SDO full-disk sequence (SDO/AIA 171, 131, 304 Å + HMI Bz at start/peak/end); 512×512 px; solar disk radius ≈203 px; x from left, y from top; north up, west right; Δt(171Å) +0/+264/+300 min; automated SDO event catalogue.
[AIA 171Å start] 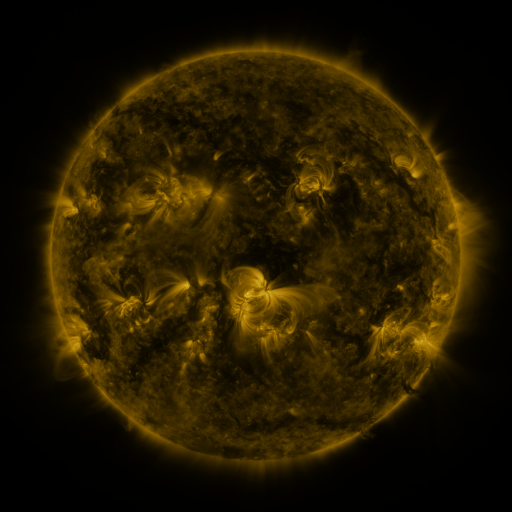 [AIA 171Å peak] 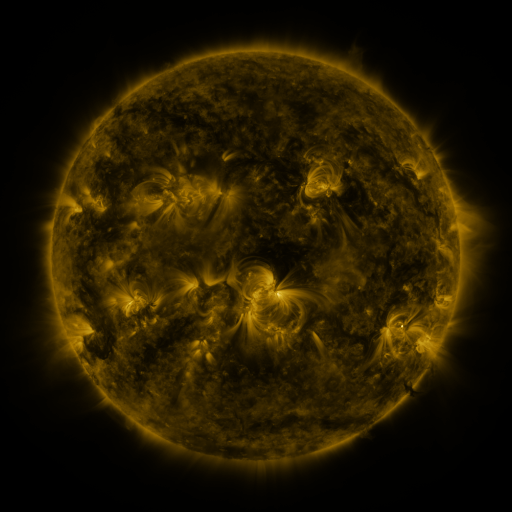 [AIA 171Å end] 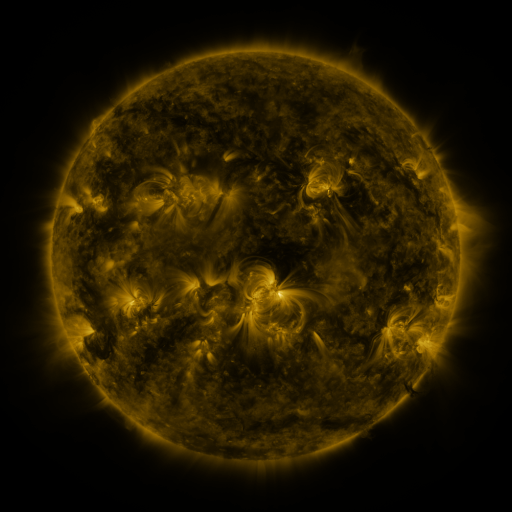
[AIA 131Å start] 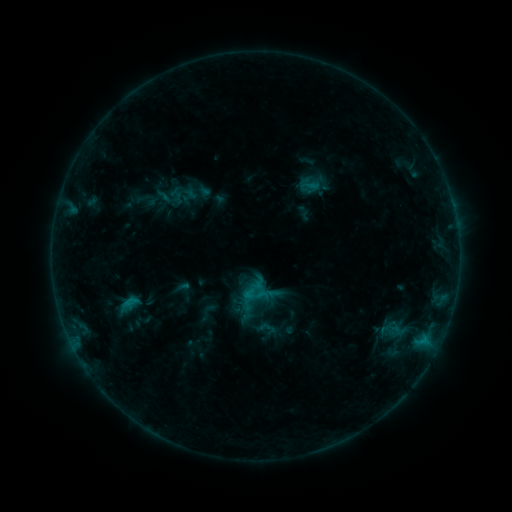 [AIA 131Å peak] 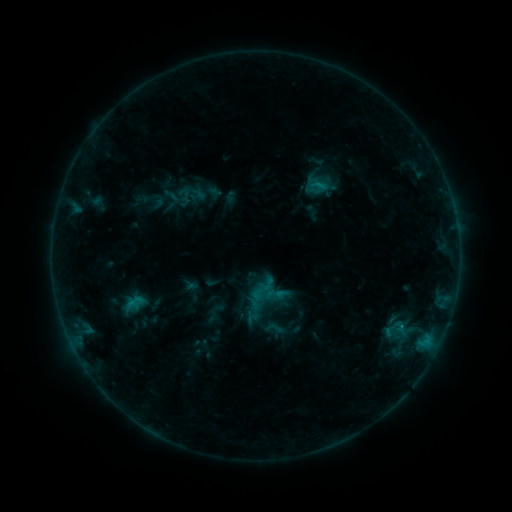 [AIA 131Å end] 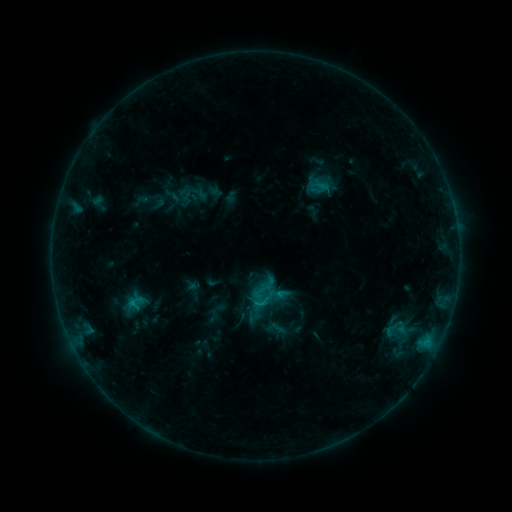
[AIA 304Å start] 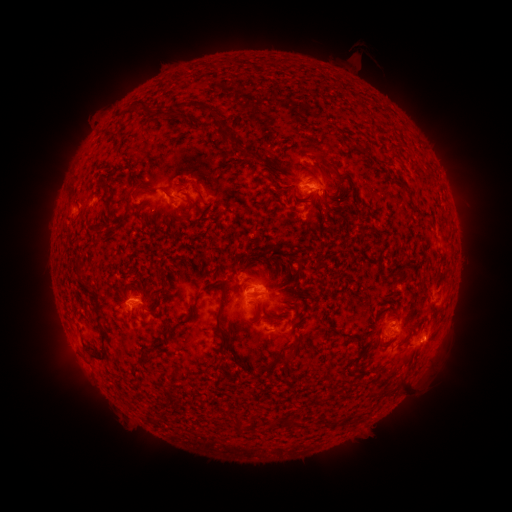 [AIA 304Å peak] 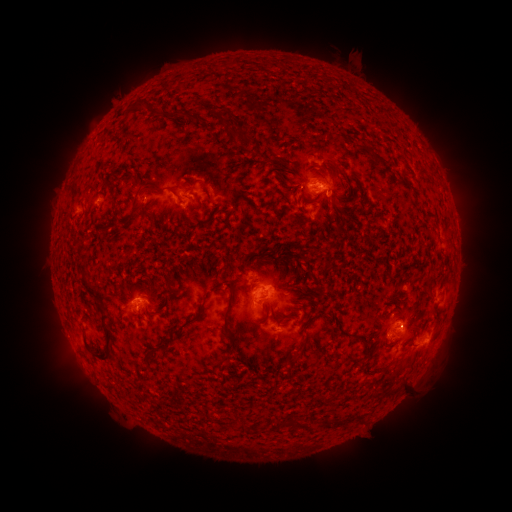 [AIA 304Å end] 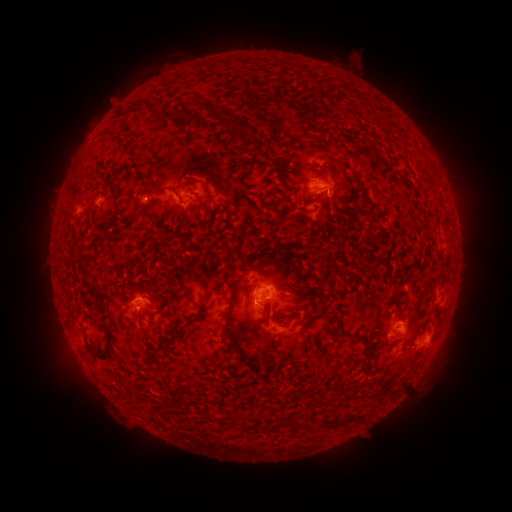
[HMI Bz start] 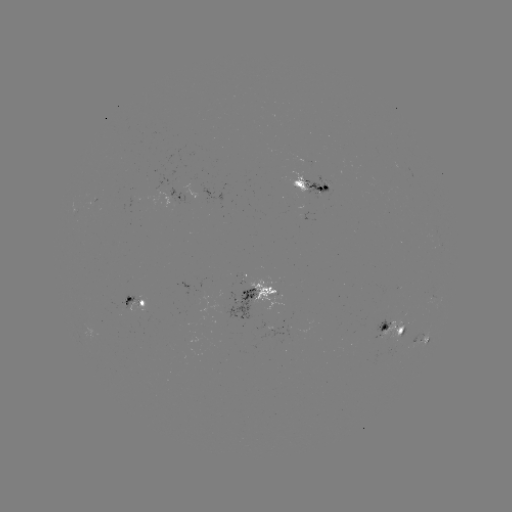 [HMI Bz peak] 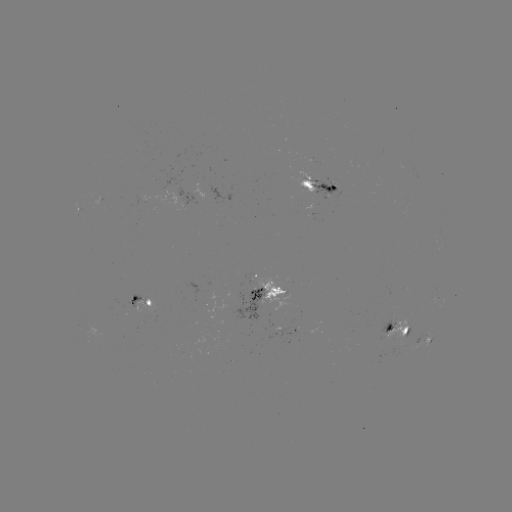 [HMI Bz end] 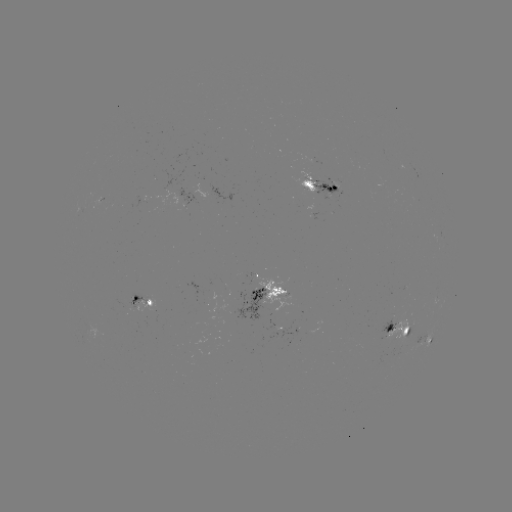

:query emerging-flux region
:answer (313, 172)